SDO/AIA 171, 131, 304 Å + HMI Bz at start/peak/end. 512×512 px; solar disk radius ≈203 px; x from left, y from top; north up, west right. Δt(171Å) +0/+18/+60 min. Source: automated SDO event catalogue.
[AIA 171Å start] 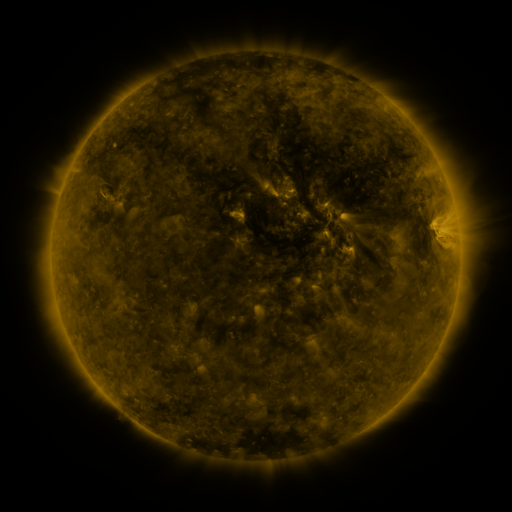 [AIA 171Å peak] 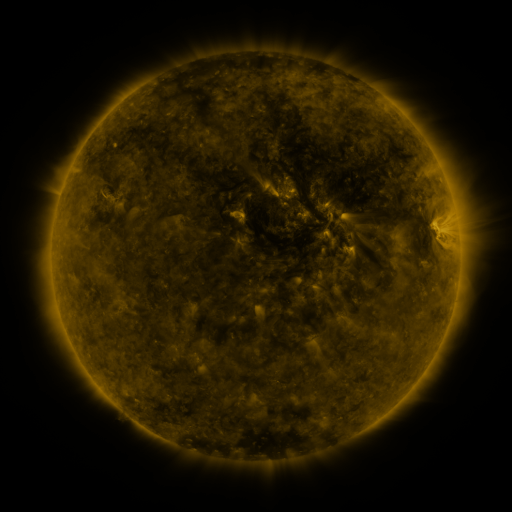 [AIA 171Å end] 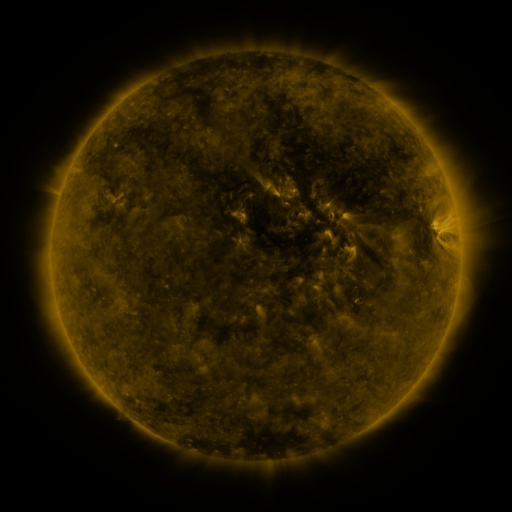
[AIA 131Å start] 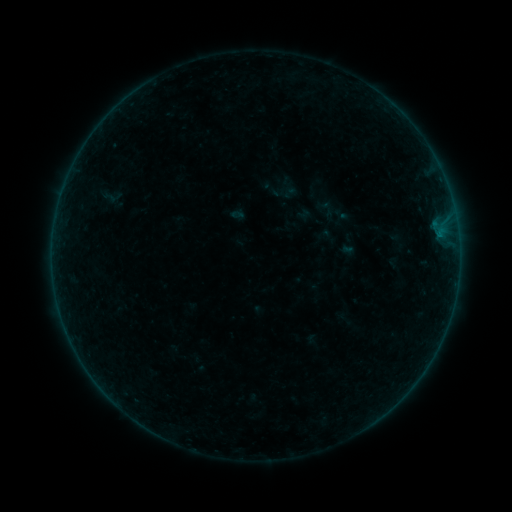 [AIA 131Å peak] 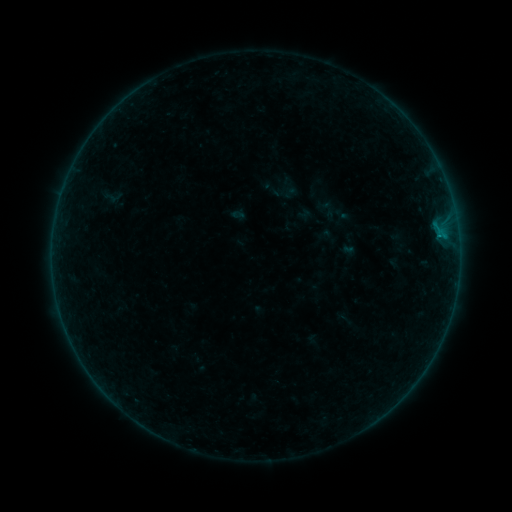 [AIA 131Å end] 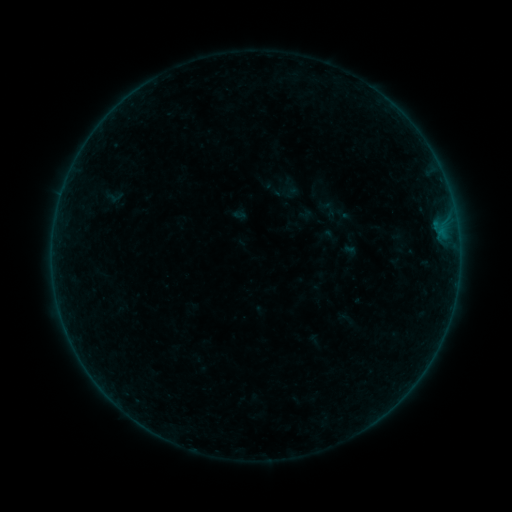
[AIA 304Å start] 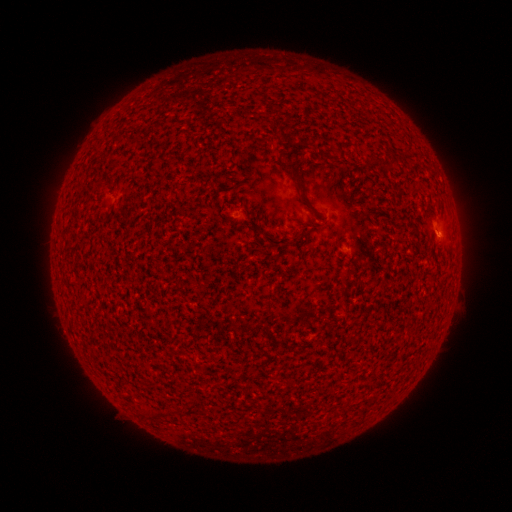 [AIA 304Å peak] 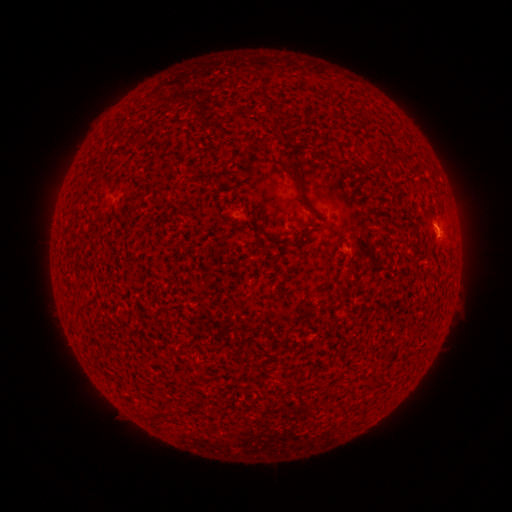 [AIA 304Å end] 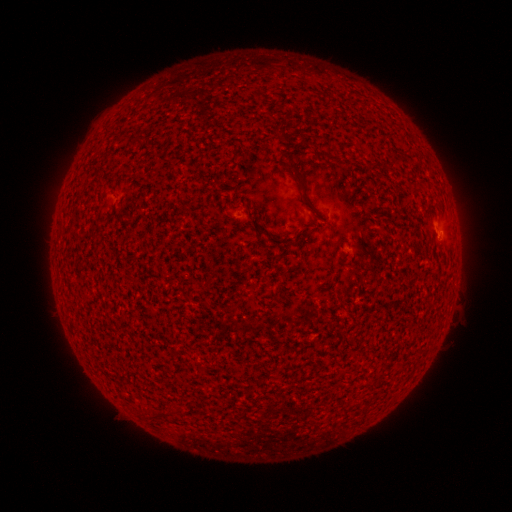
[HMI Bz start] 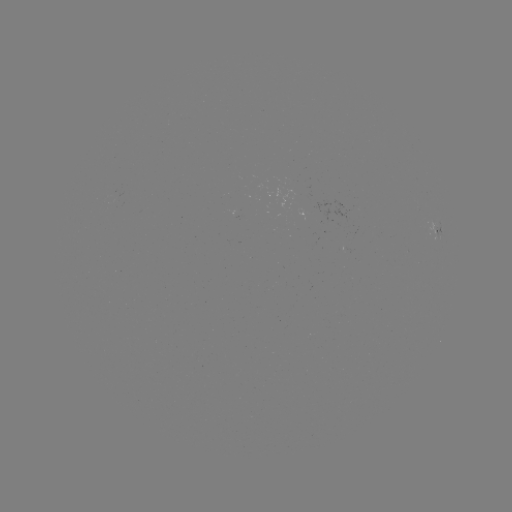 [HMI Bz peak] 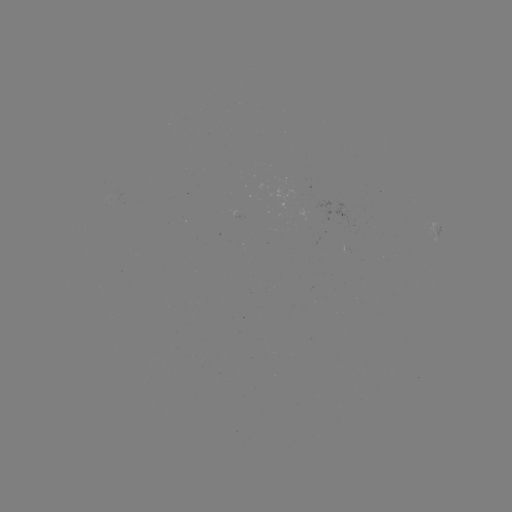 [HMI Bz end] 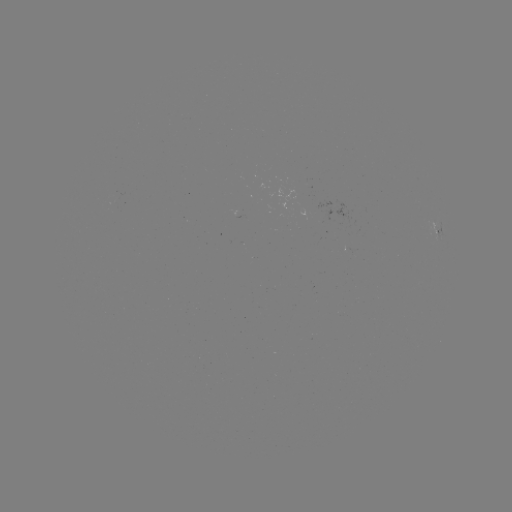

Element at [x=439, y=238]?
B2.3 flare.